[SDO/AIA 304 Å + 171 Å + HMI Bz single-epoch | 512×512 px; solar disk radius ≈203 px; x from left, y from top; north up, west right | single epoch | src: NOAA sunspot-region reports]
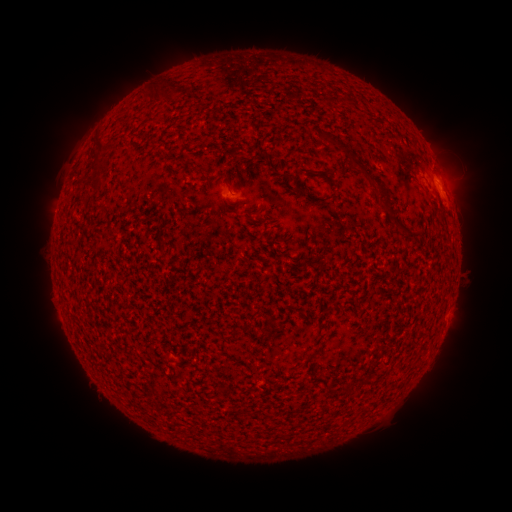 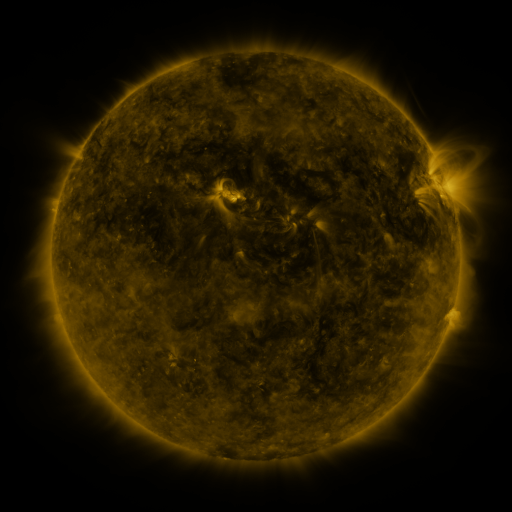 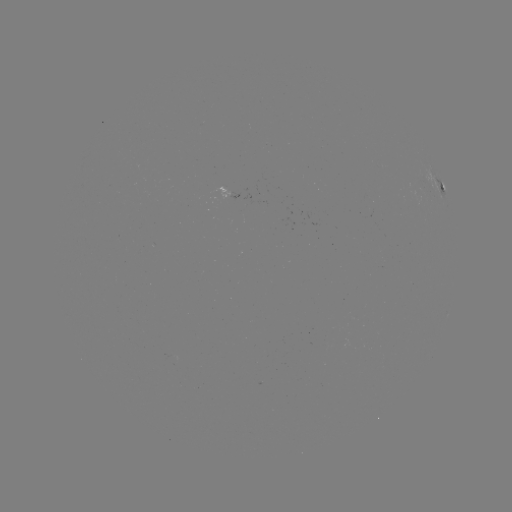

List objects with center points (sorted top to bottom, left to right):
spotted active region: (444, 190)
spotted active region: (236, 194)
